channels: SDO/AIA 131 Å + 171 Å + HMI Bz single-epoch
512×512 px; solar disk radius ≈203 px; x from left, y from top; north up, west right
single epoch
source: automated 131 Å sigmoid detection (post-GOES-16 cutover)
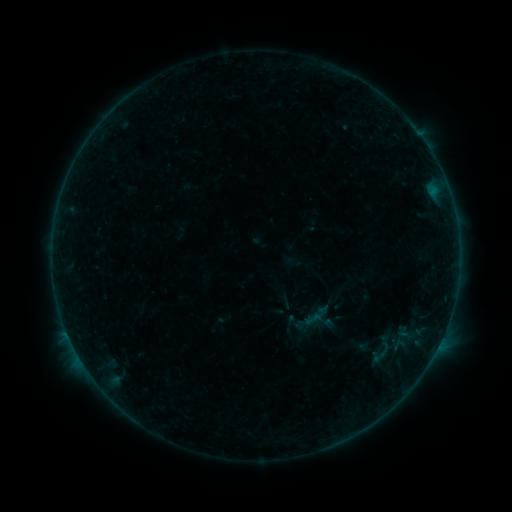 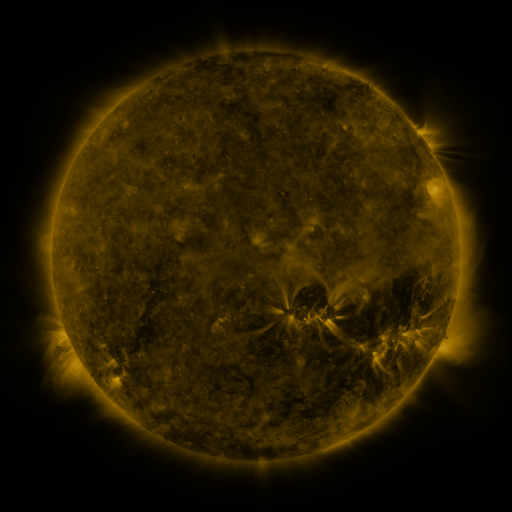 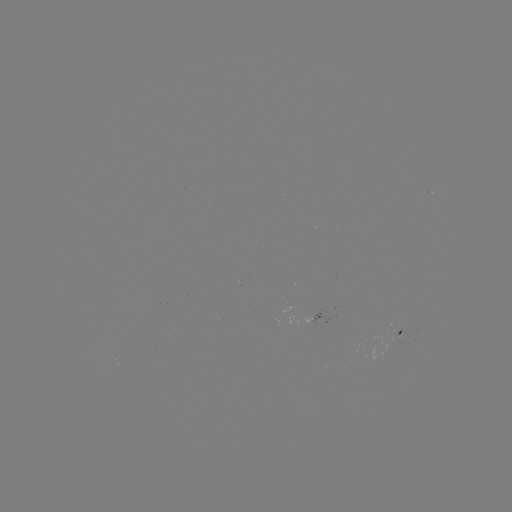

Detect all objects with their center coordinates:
sigmoid: [305, 310, 324, 329]
sigmoid: [371, 347, 388, 364]
